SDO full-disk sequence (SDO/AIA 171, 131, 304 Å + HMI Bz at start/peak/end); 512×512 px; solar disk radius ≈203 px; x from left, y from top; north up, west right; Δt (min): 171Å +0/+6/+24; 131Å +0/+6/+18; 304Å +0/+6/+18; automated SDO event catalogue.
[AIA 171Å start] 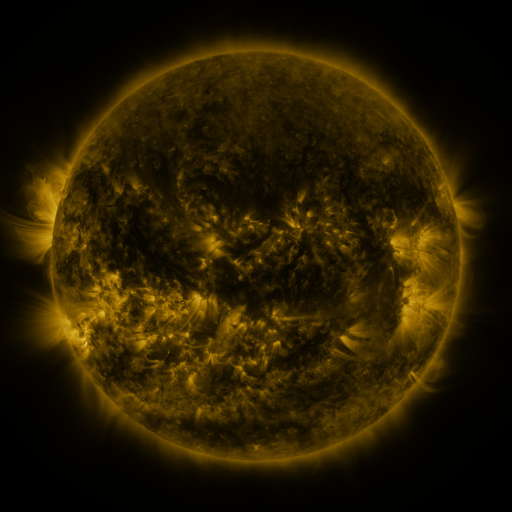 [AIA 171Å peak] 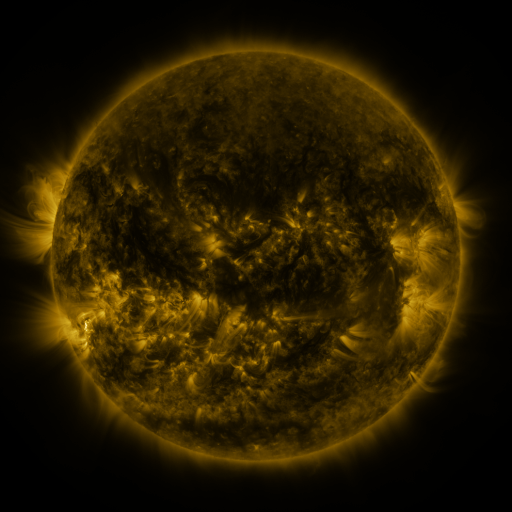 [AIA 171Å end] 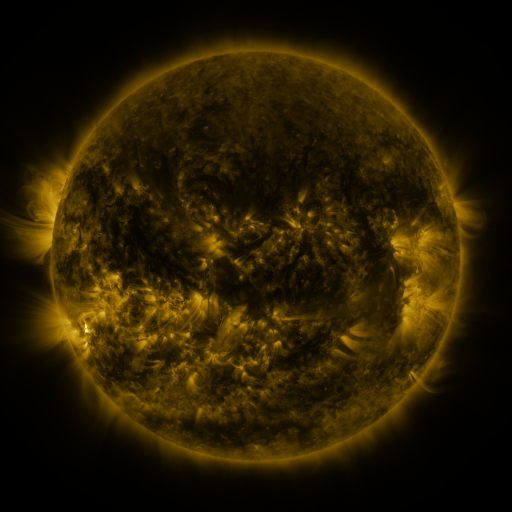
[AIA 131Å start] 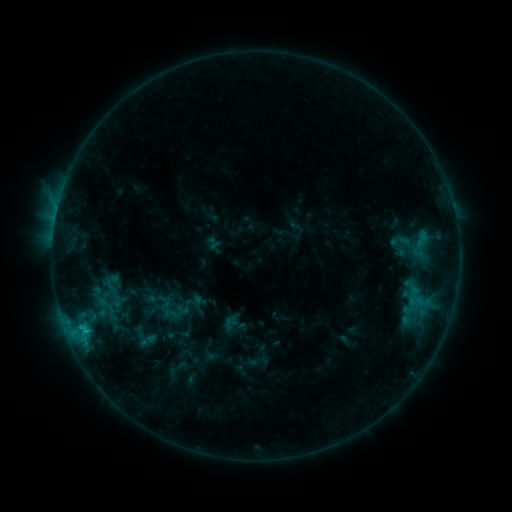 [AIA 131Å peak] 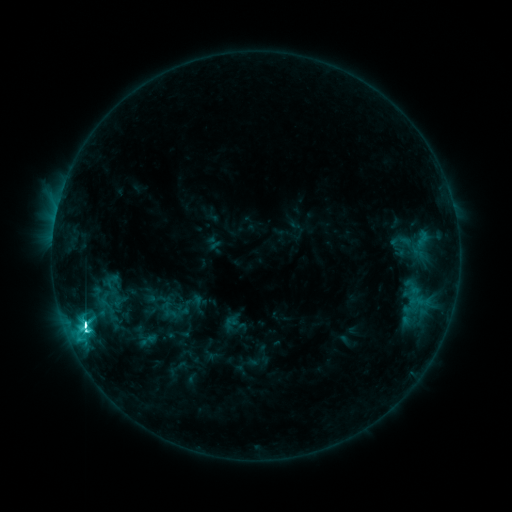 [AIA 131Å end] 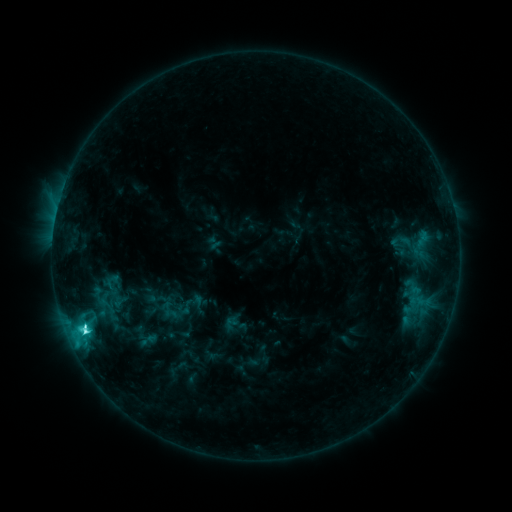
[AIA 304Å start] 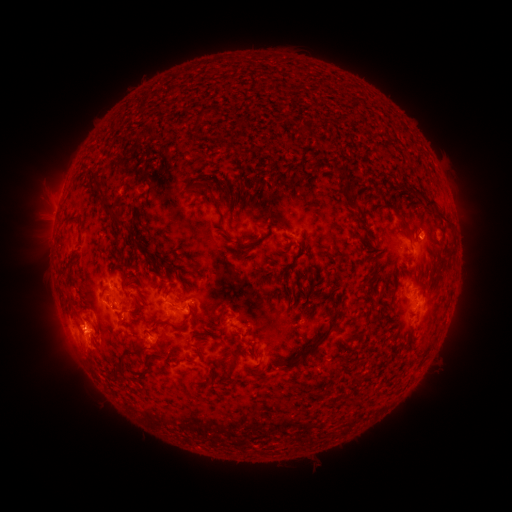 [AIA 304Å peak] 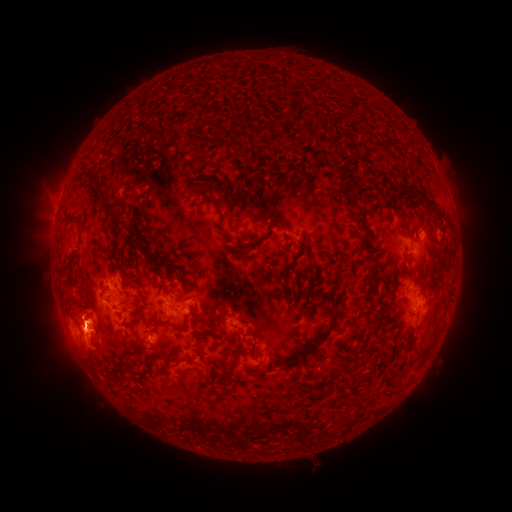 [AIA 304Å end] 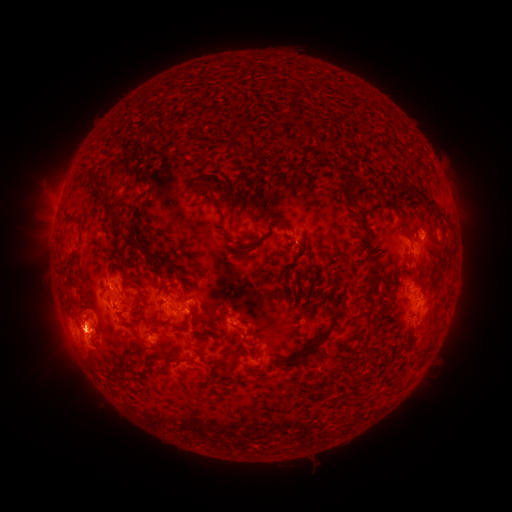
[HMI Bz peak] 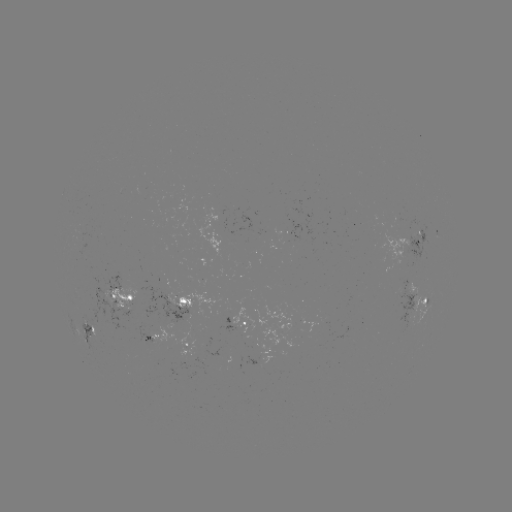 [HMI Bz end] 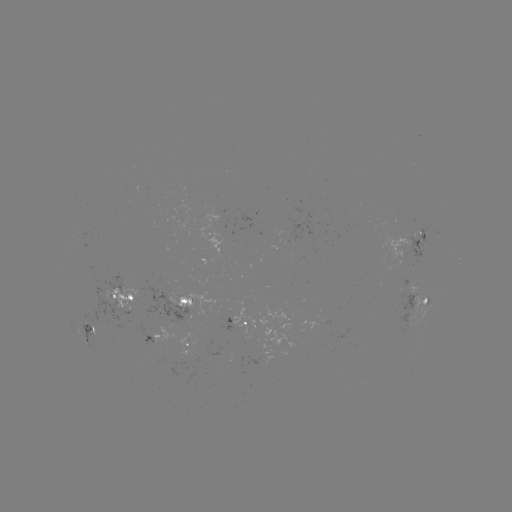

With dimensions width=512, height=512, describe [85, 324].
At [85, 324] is C8.6 flare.